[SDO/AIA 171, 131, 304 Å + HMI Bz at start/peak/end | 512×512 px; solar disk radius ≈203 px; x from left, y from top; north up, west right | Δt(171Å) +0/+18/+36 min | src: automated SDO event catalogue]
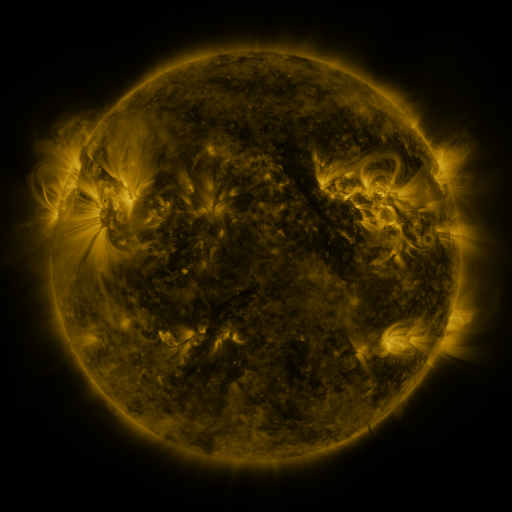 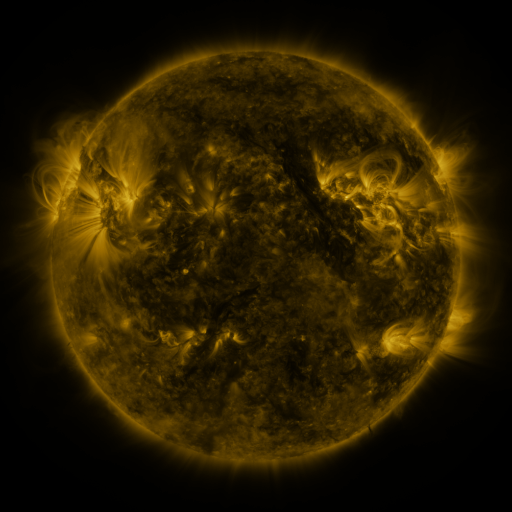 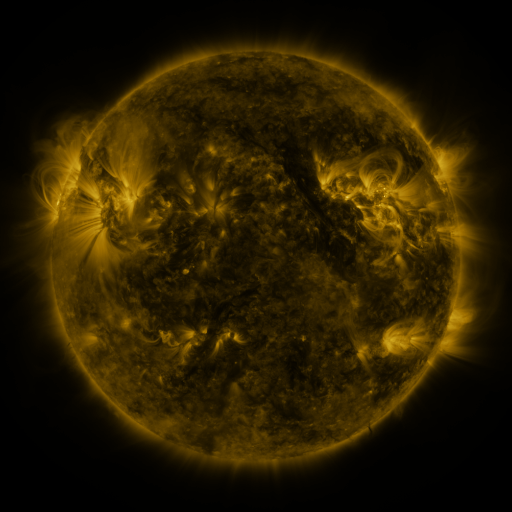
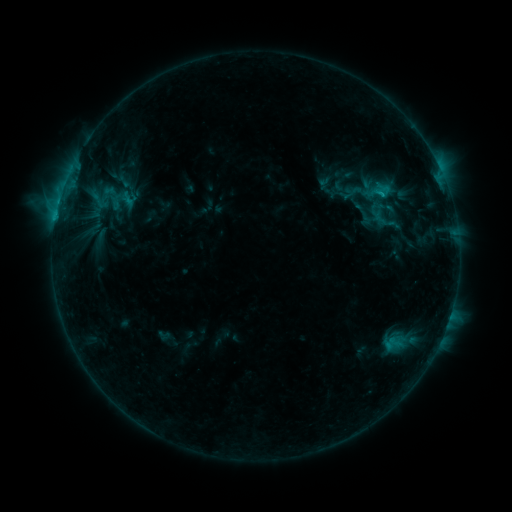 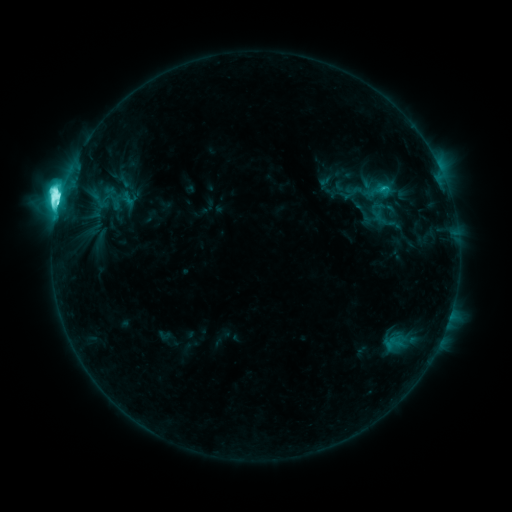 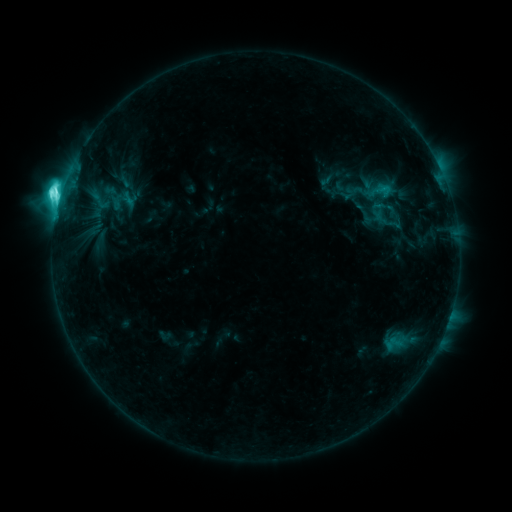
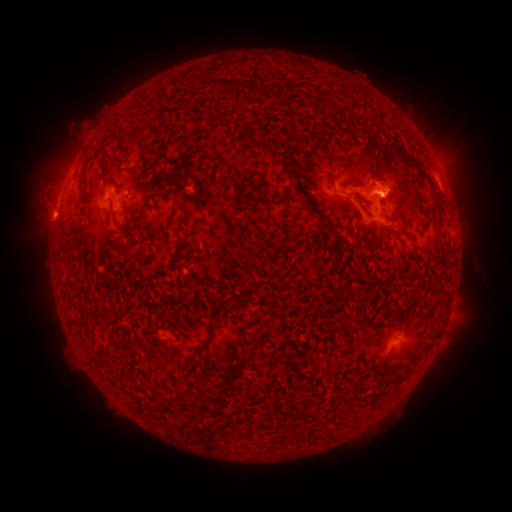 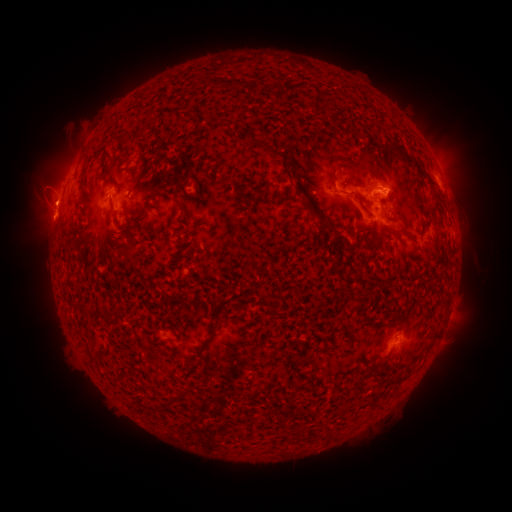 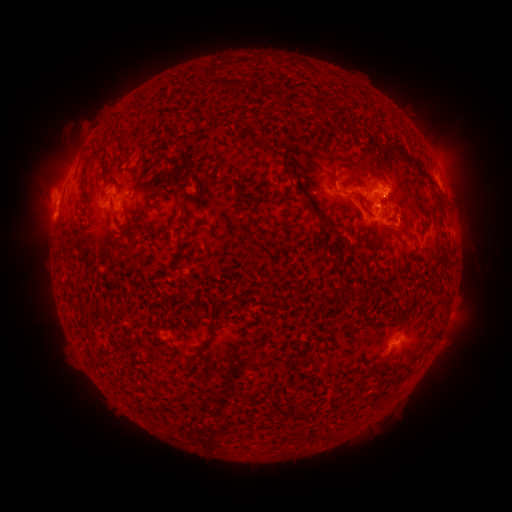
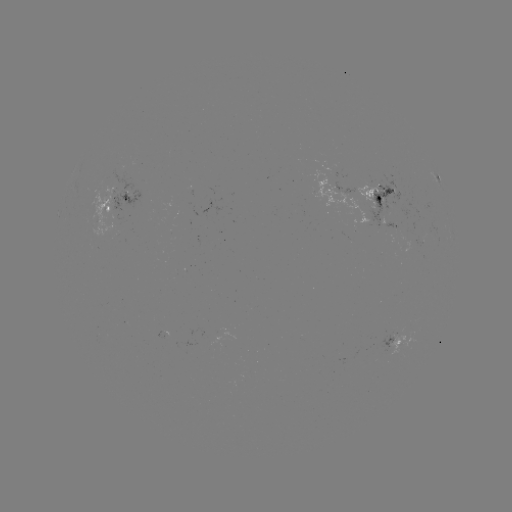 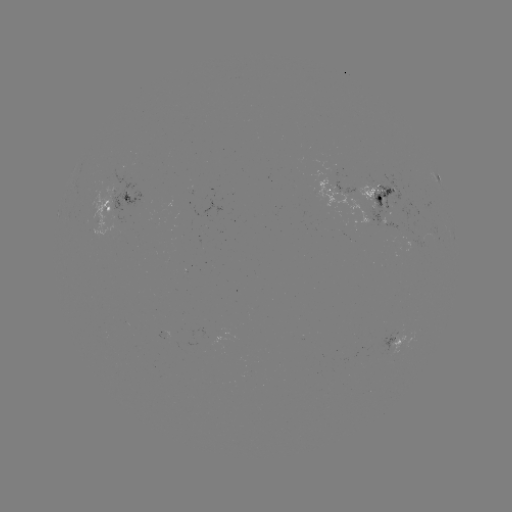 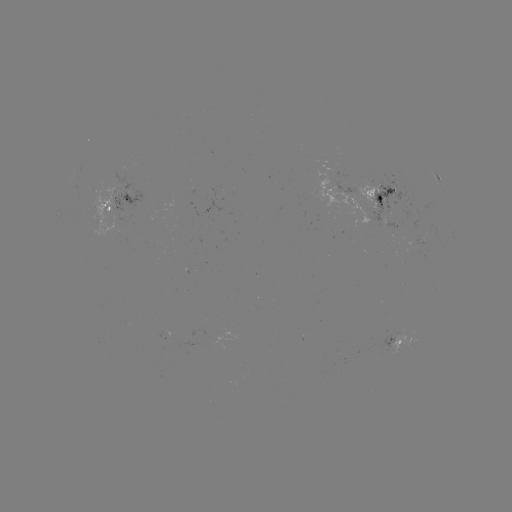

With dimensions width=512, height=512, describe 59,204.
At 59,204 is M1.8 flare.